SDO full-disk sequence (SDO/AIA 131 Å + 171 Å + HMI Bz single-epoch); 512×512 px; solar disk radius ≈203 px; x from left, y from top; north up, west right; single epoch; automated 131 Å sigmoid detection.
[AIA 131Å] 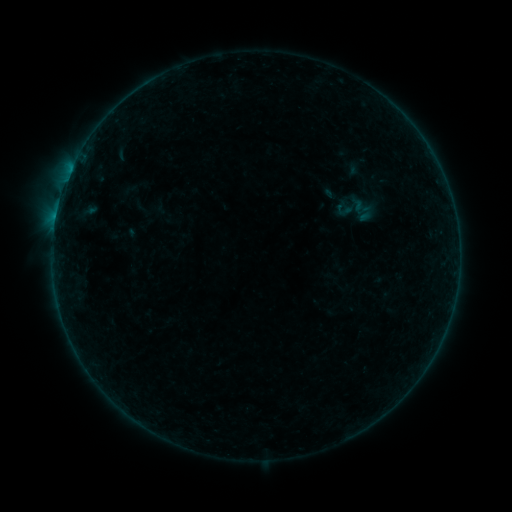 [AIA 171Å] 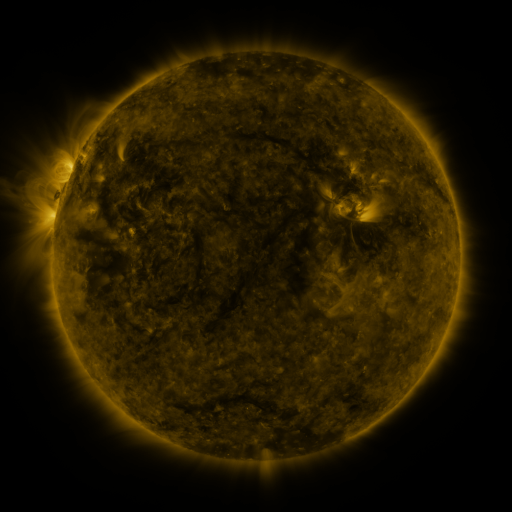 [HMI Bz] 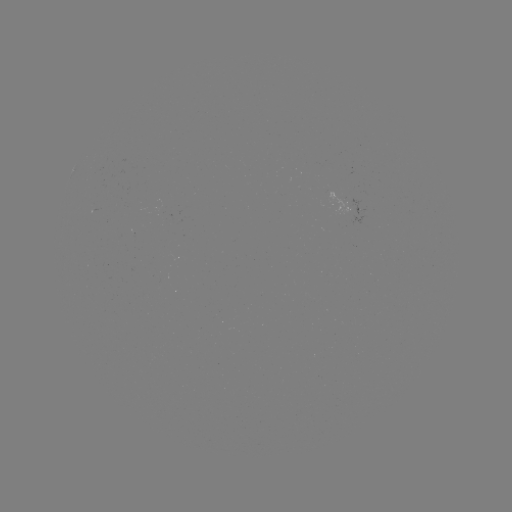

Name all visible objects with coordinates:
sigmoid: (358, 208)
sigmoid: (345, 211)
